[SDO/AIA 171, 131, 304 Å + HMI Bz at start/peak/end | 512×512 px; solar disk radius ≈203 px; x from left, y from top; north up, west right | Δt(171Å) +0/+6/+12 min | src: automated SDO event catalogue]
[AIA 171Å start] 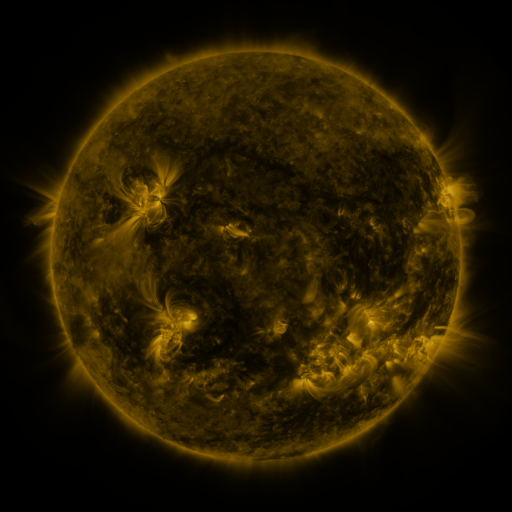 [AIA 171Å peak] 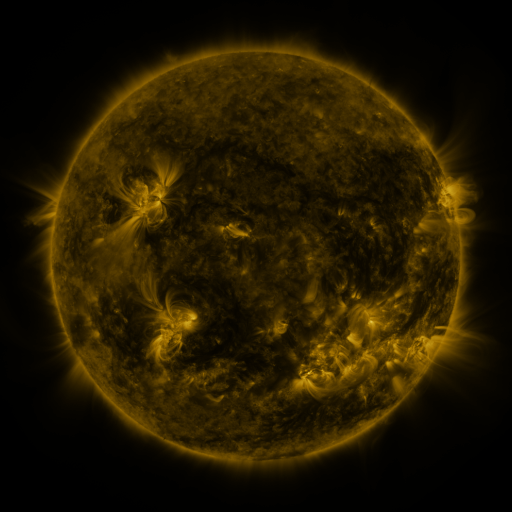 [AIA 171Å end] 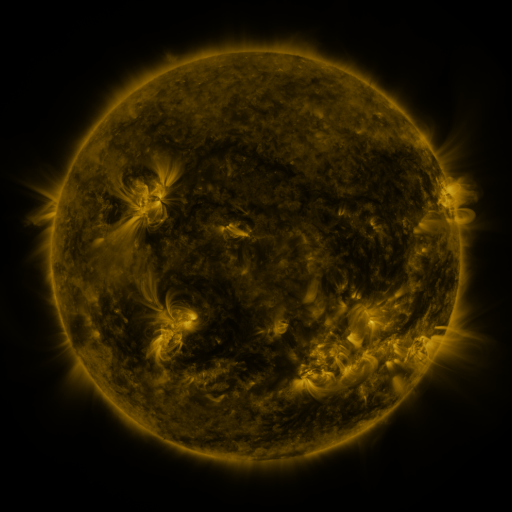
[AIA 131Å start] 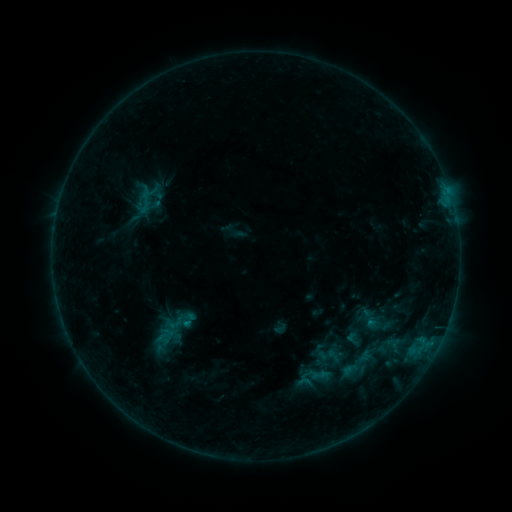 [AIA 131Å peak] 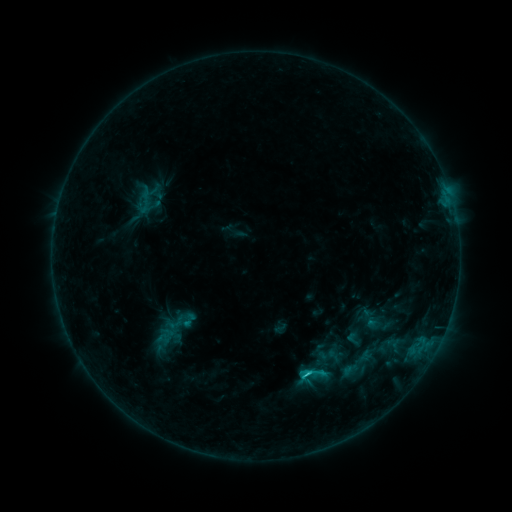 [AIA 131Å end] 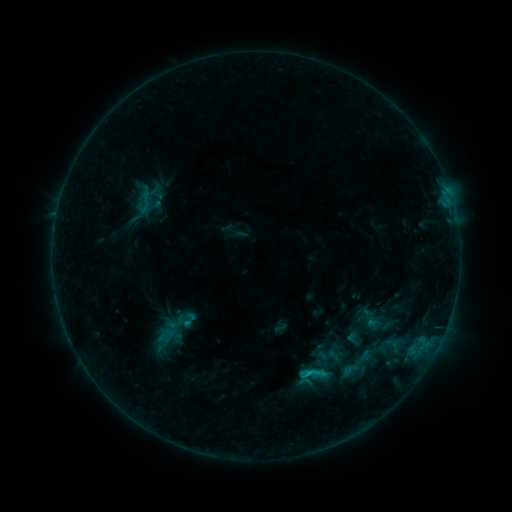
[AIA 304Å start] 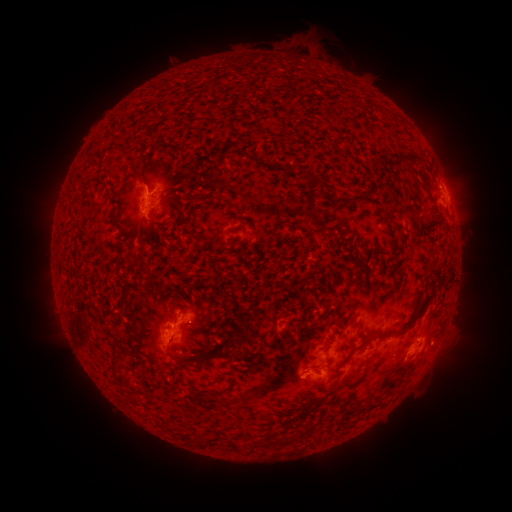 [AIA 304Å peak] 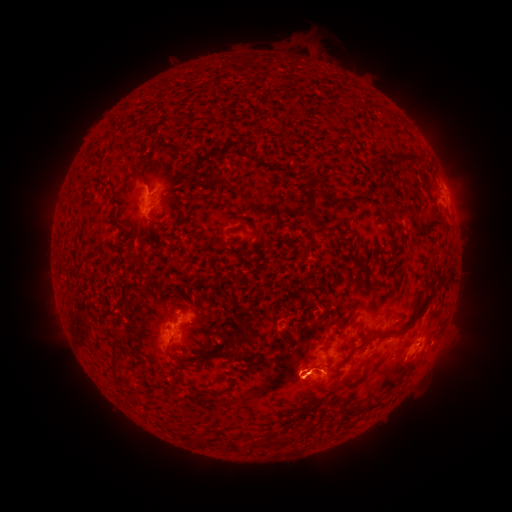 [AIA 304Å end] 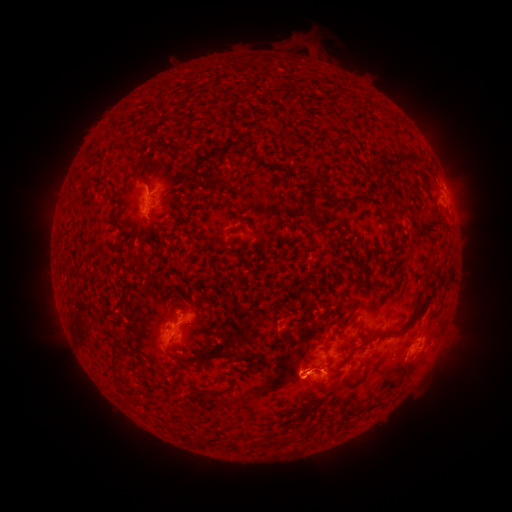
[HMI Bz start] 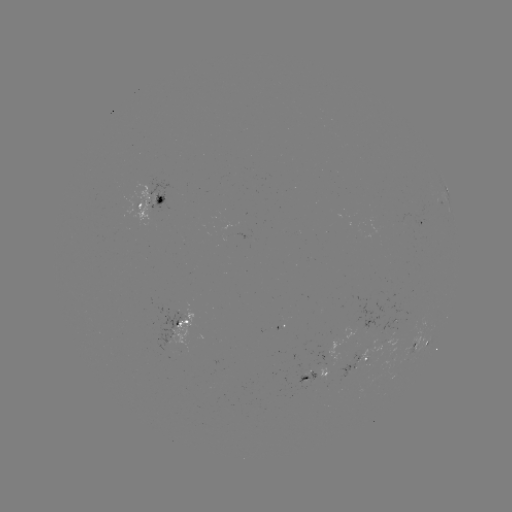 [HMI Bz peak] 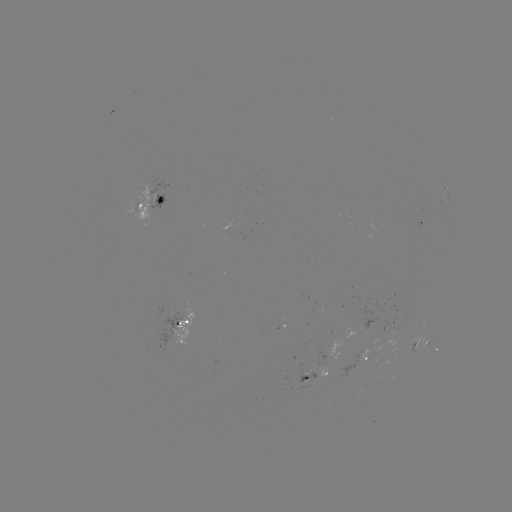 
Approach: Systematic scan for C1.1 flare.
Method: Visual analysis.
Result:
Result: C1.1 flare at (305, 373).